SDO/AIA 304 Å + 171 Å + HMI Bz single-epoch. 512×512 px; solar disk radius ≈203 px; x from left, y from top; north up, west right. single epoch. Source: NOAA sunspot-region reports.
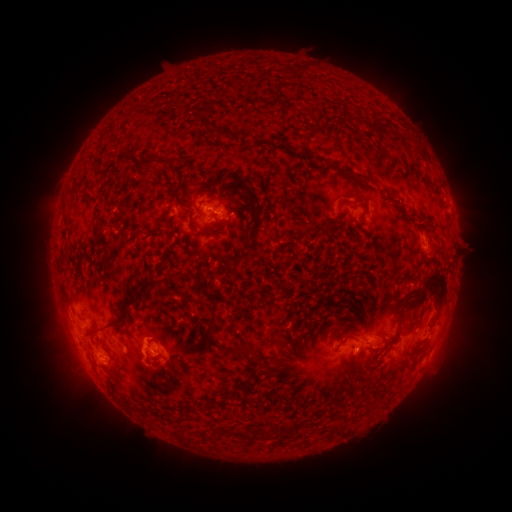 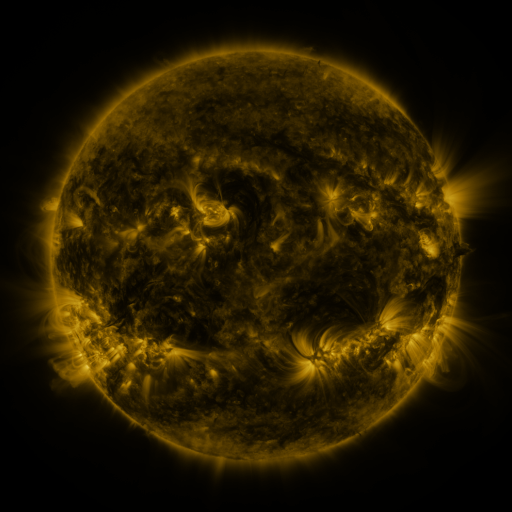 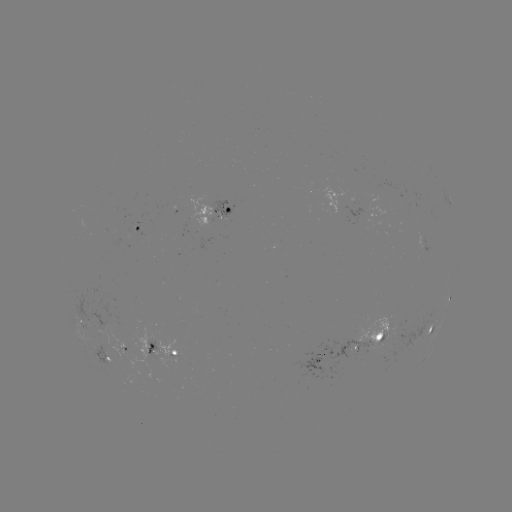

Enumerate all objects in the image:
spotted active region: (338, 194)
spotted active region: (449, 206)
spotted active region: (225, 213)
spotted active region: (141, 230)
spotted active region: (449, 299)
spotted active region: (79, 317)
spotted active region: (432, 326)
spotted active region: (383, 333)
spotted active region: (123, 349)
spotted active region: (167, 349)
spotted active region: (338, 352)
spotted active region: (98, 357)
